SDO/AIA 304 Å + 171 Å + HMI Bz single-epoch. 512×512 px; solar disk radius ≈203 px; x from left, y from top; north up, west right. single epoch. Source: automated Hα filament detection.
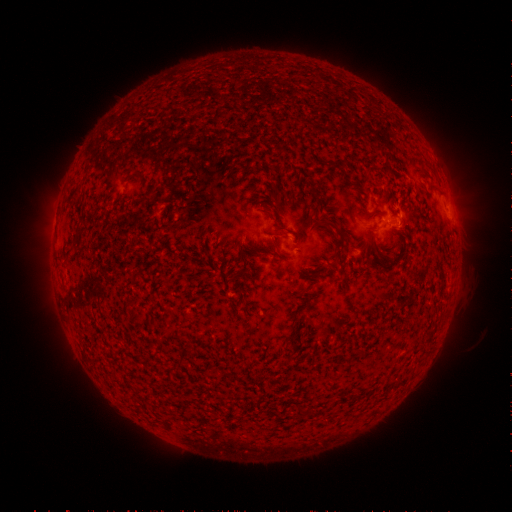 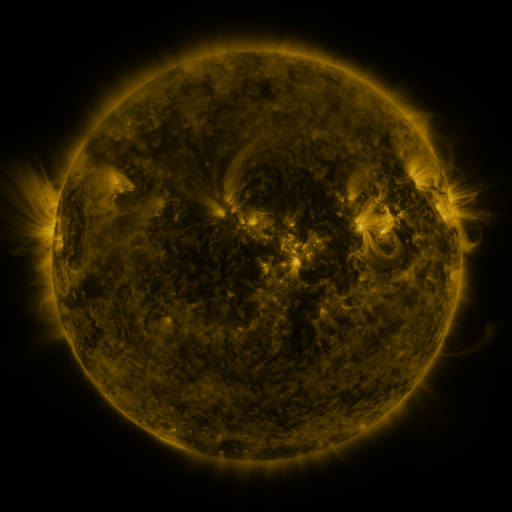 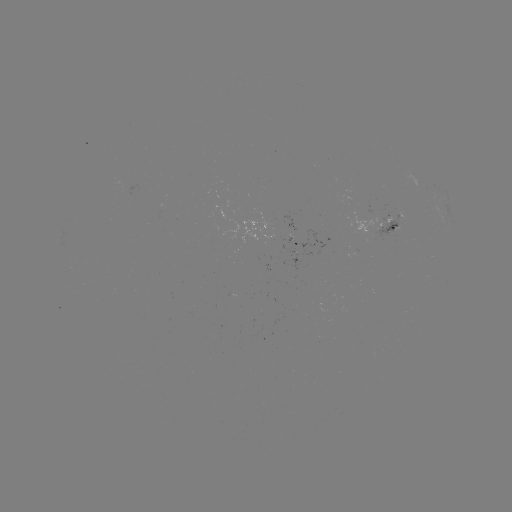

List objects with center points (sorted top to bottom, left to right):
filament: <bbox>322, 218, 337, 232</bbox>
filament: <bbox>401, 218, 407, 231</bbox>
filament: <bbox>277, 225, 287, 231</bbox>
filament: <bbox>269, 236, 280, 251</bbox>
filament: <bbox>235, 237, 247, 272</bbox>
